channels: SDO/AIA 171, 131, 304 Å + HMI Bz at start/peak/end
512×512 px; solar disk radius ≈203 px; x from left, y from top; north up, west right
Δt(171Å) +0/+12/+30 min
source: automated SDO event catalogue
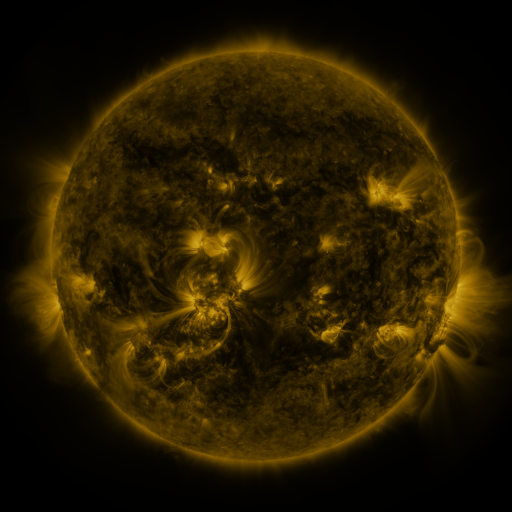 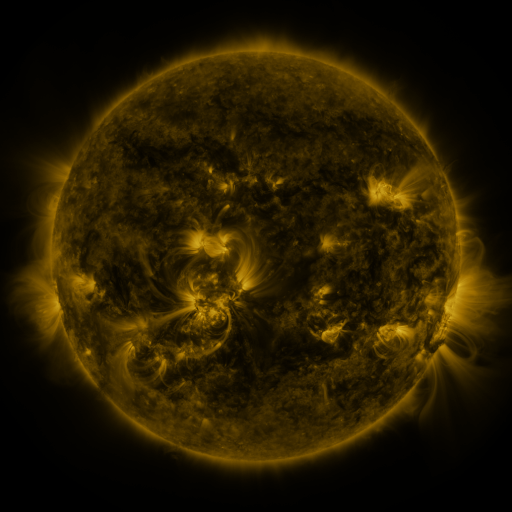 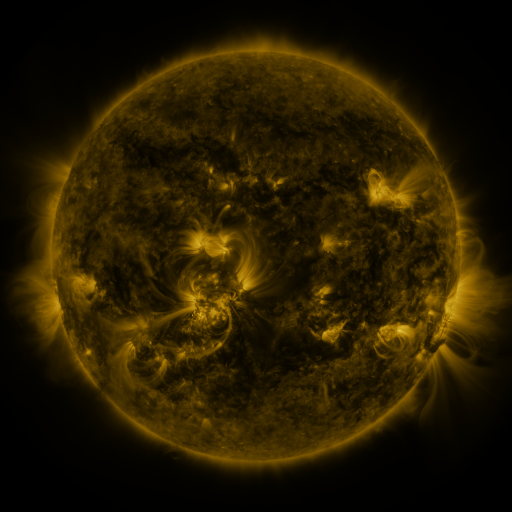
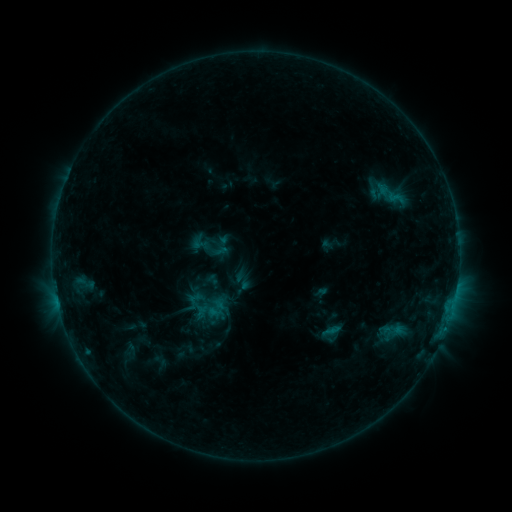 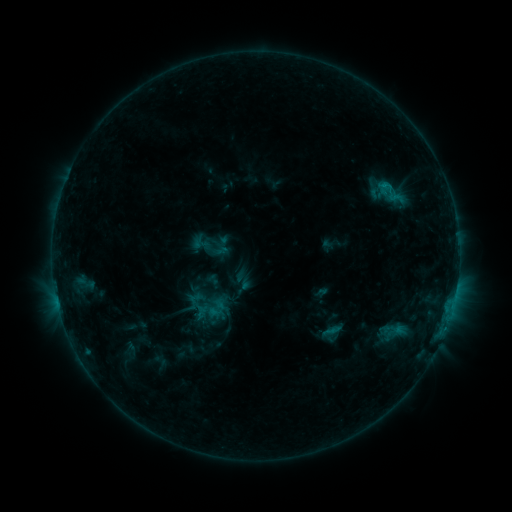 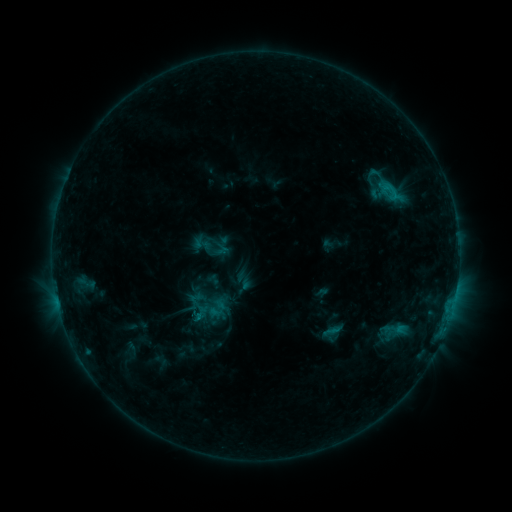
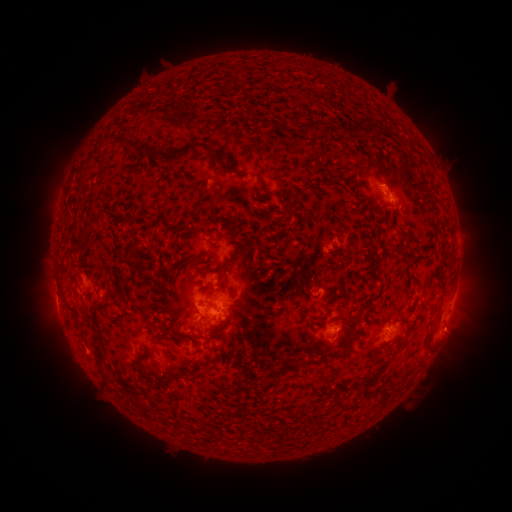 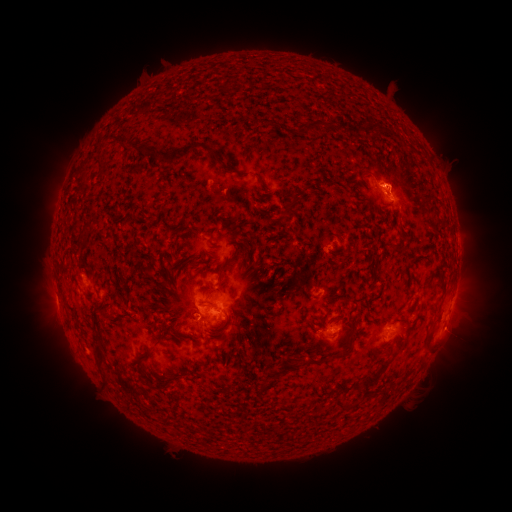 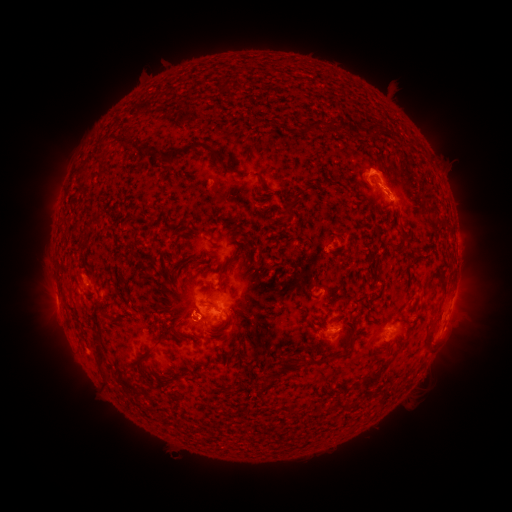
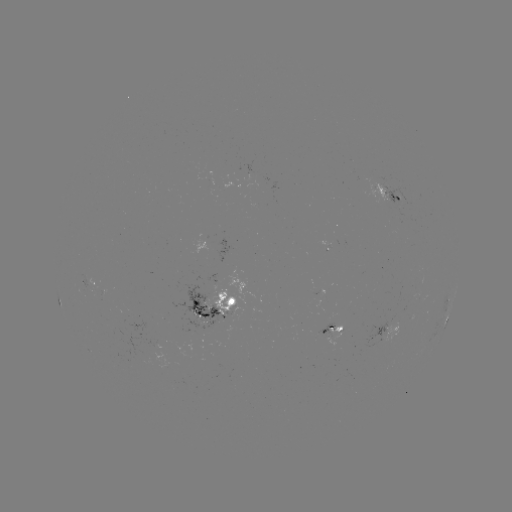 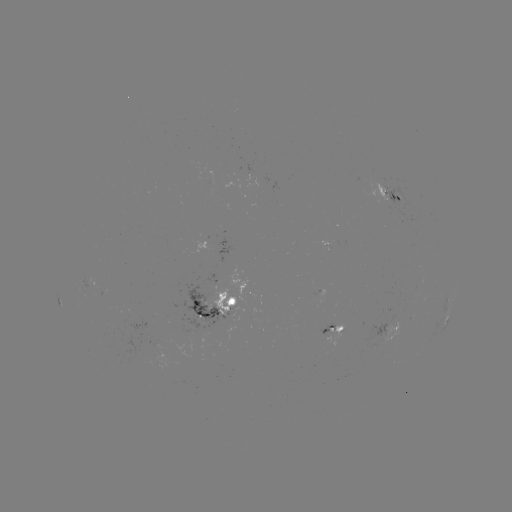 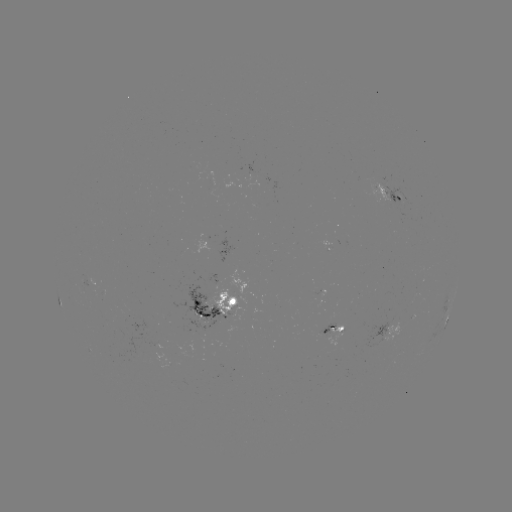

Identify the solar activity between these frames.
eruption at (389, 172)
